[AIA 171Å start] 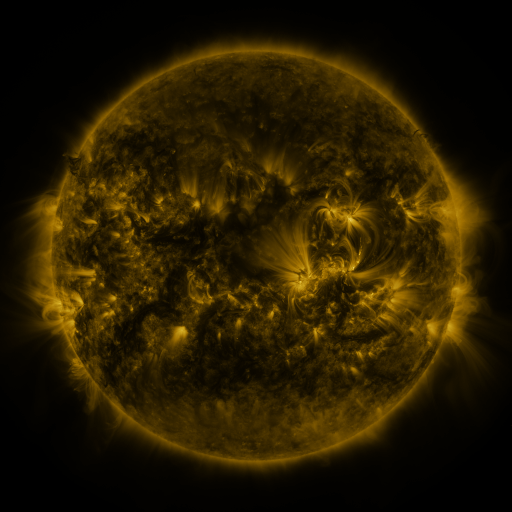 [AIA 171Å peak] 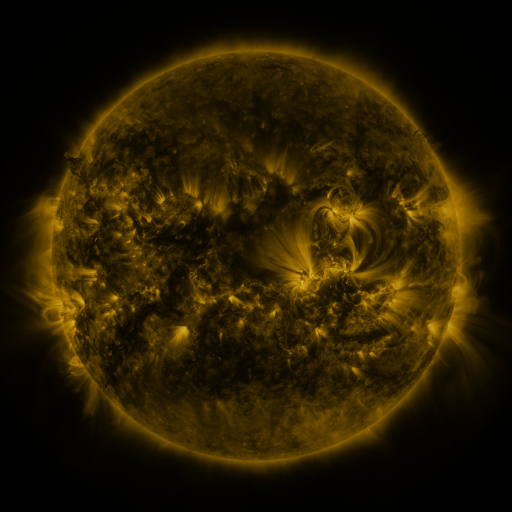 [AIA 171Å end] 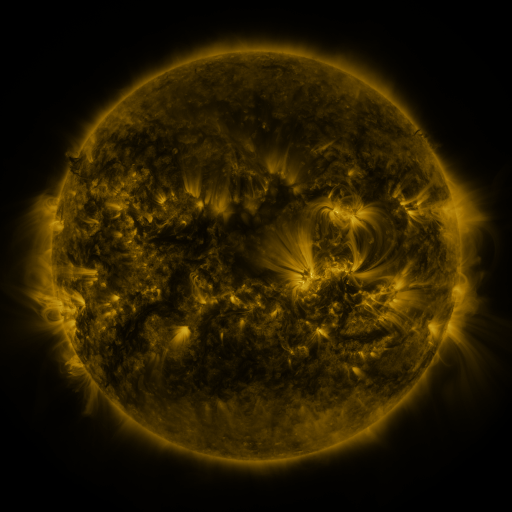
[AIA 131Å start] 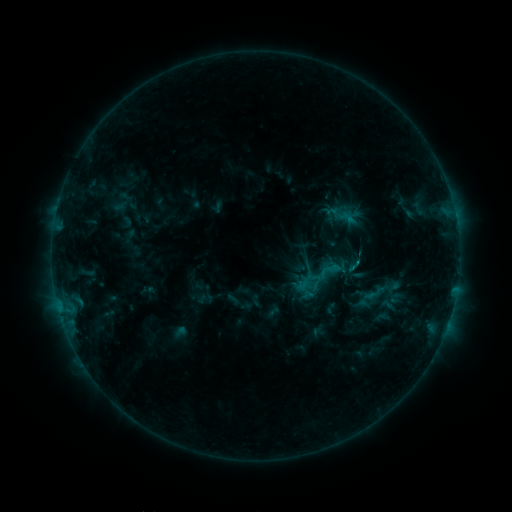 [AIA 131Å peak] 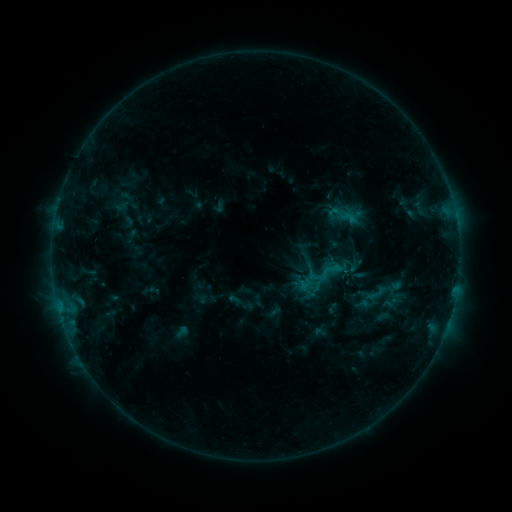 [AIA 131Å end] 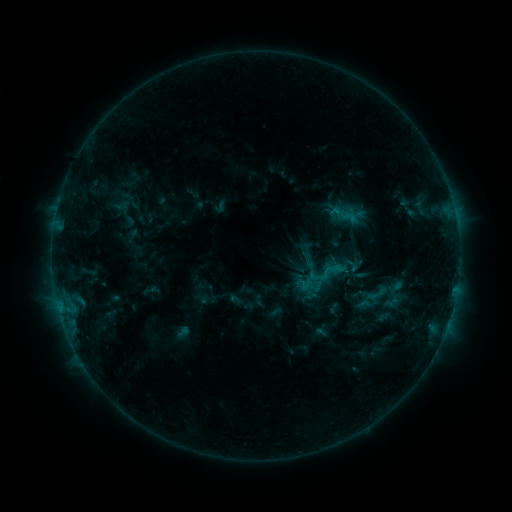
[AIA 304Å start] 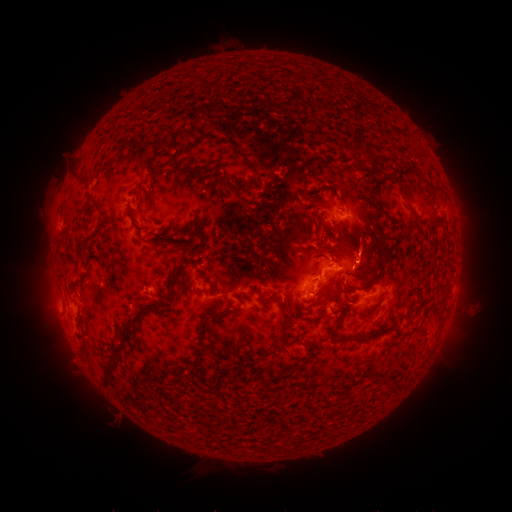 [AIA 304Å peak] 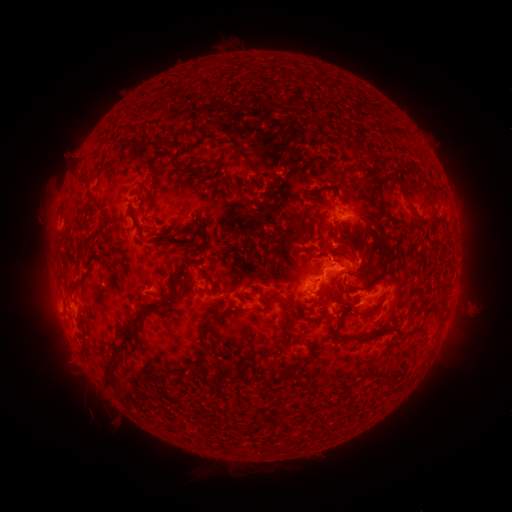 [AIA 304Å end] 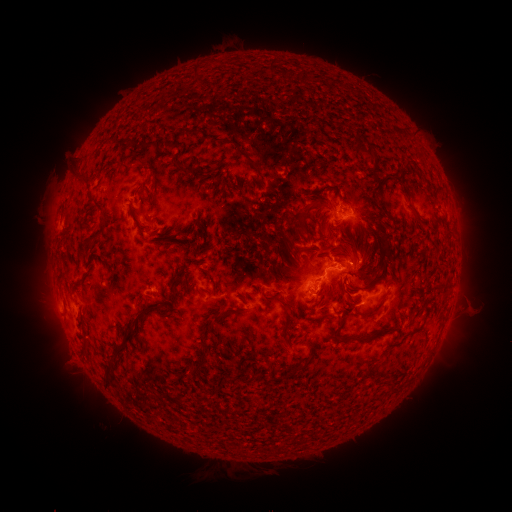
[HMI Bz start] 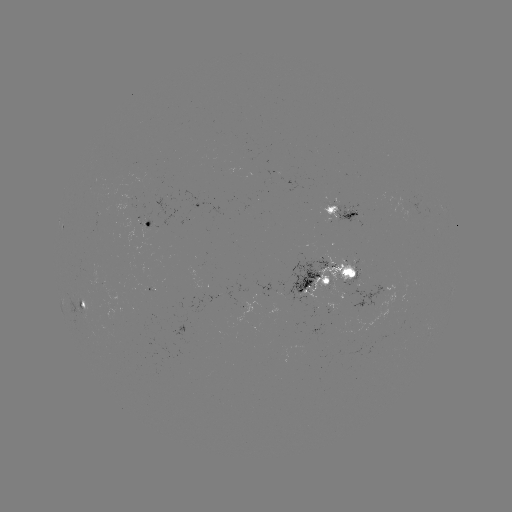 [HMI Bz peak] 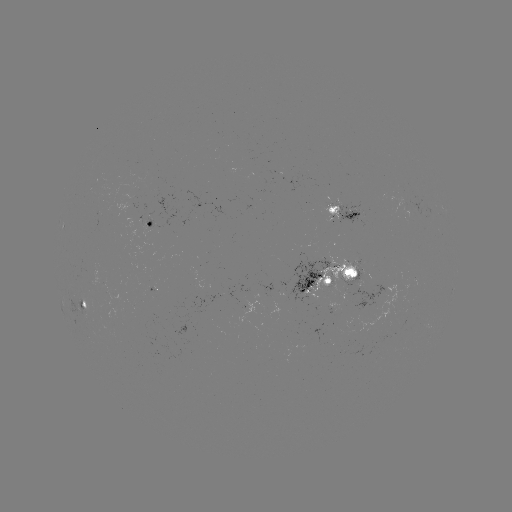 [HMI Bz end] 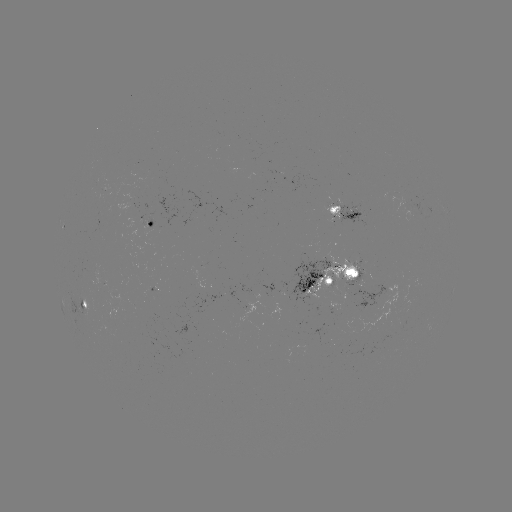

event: emerging-flux region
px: (251, 208)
